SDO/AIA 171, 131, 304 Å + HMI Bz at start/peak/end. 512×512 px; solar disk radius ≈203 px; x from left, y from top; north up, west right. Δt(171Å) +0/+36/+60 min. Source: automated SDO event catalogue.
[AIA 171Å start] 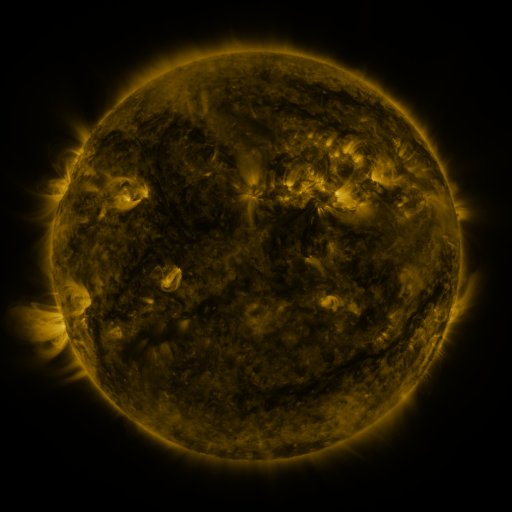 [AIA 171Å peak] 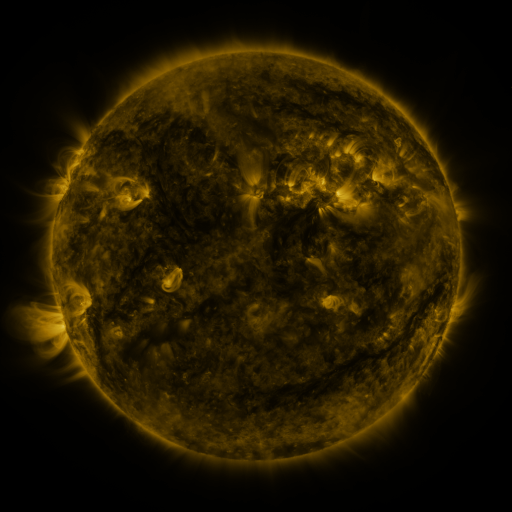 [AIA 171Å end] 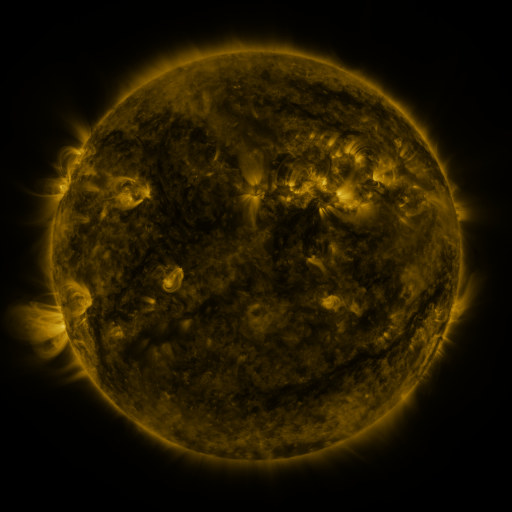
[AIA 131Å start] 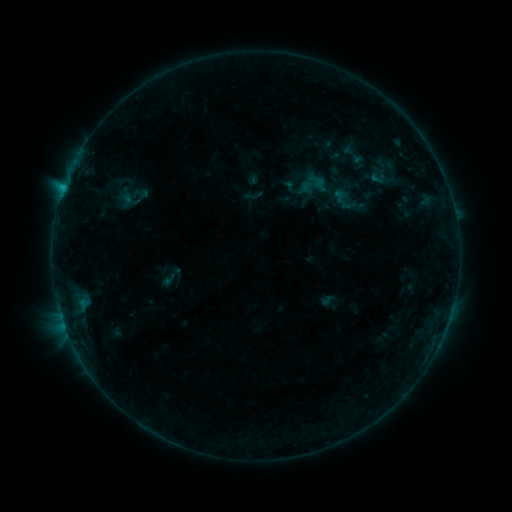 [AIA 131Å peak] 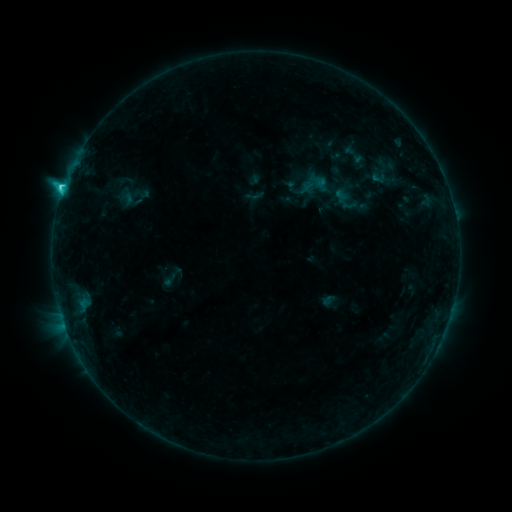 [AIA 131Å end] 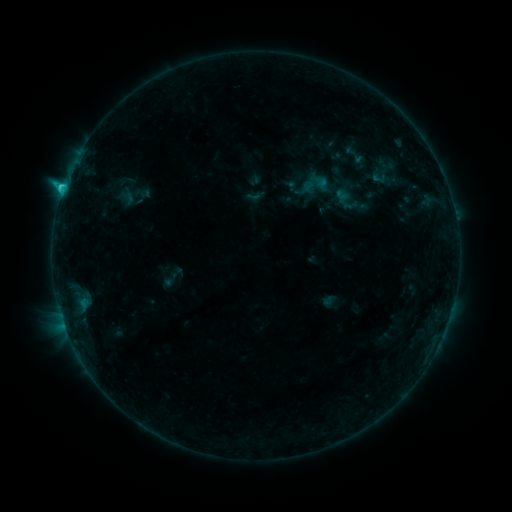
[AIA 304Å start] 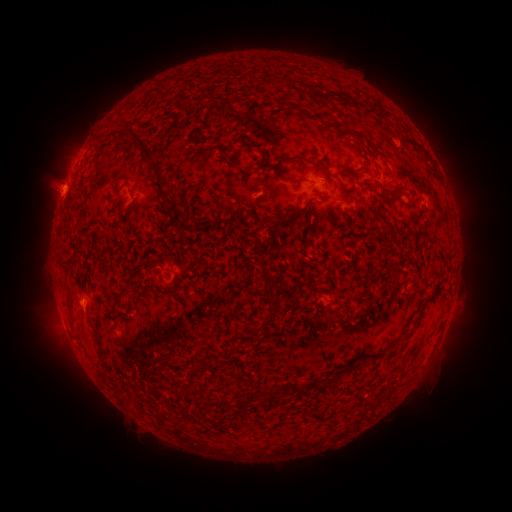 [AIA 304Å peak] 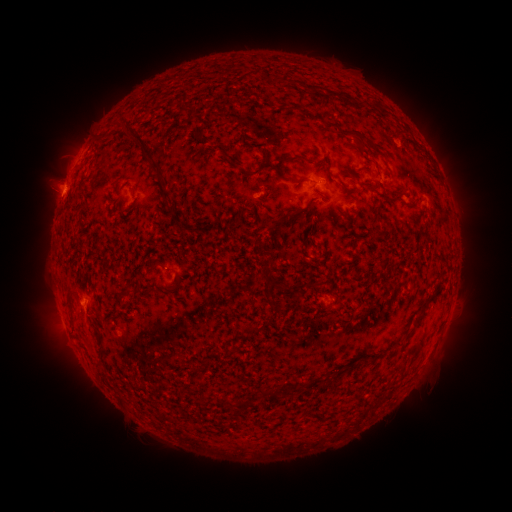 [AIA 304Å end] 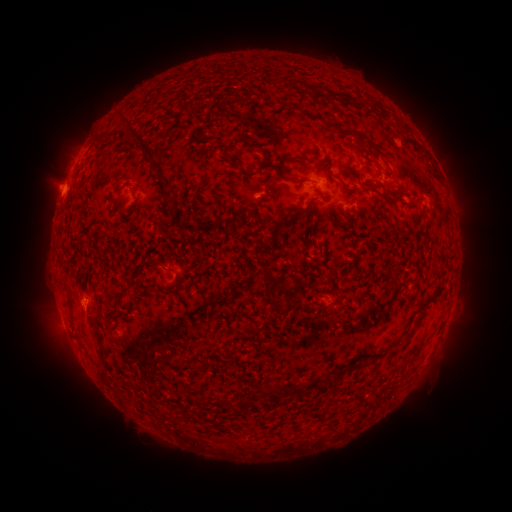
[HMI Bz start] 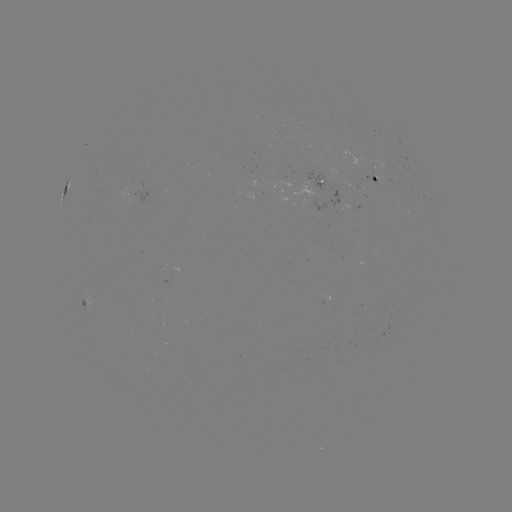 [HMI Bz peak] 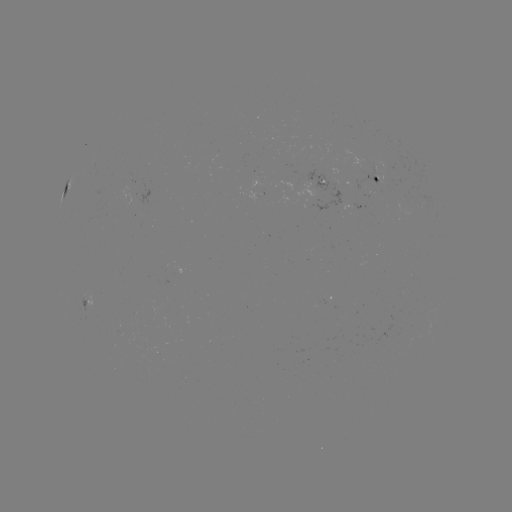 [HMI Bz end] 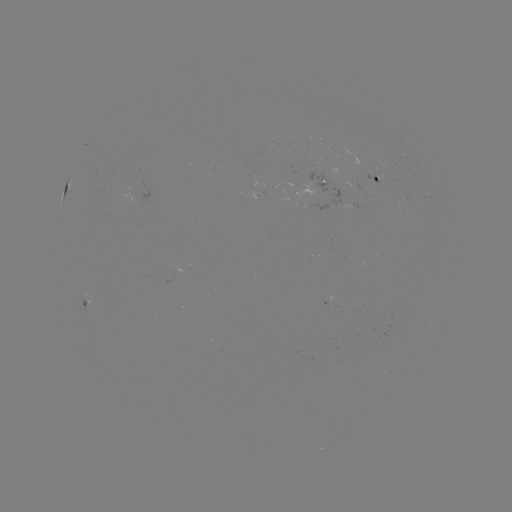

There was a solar flare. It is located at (64, 189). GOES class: C2.8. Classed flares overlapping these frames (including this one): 1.